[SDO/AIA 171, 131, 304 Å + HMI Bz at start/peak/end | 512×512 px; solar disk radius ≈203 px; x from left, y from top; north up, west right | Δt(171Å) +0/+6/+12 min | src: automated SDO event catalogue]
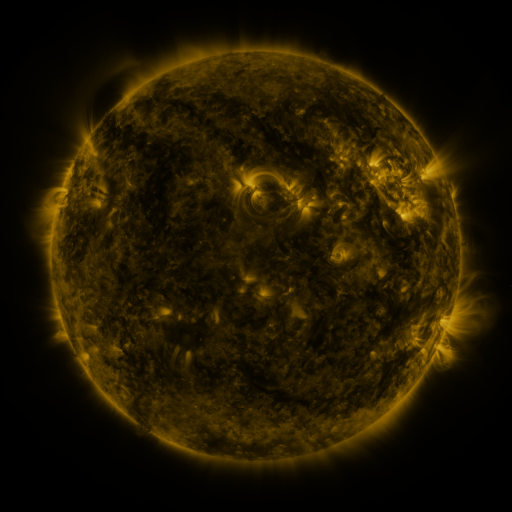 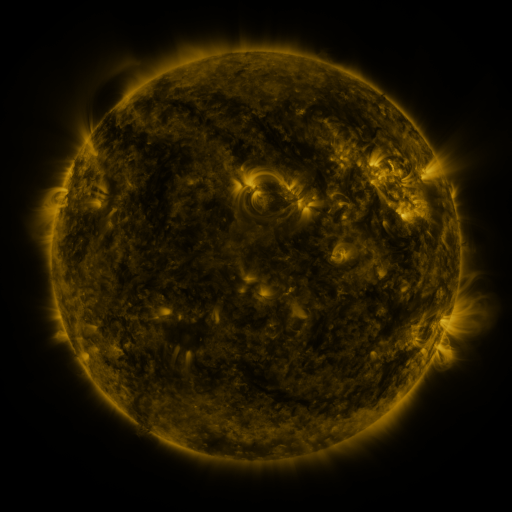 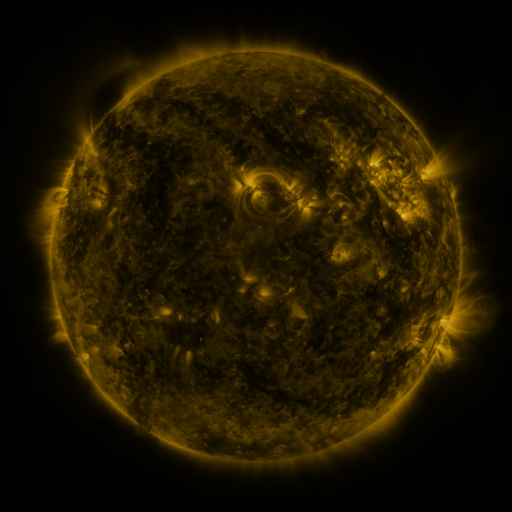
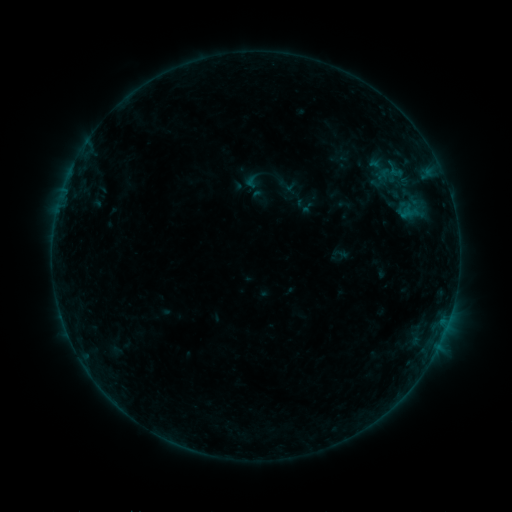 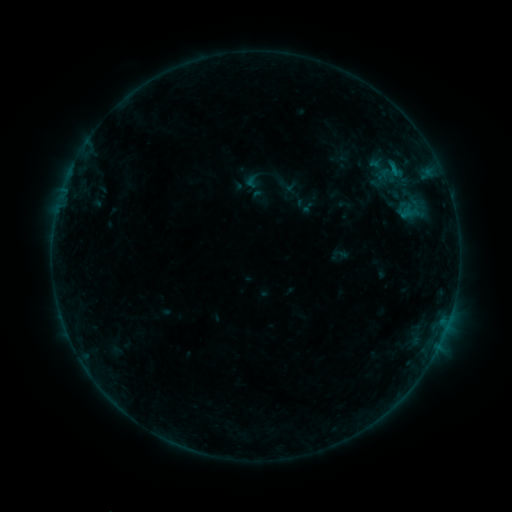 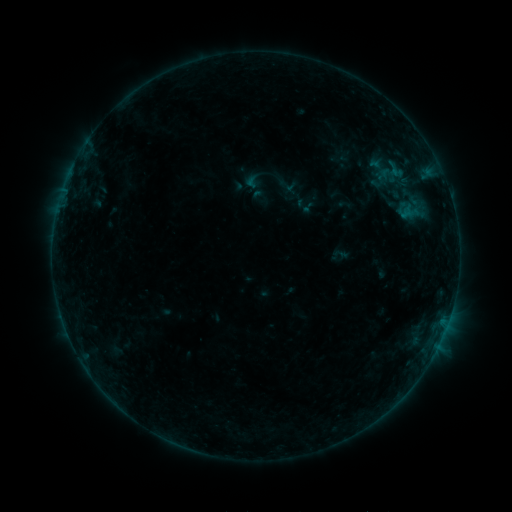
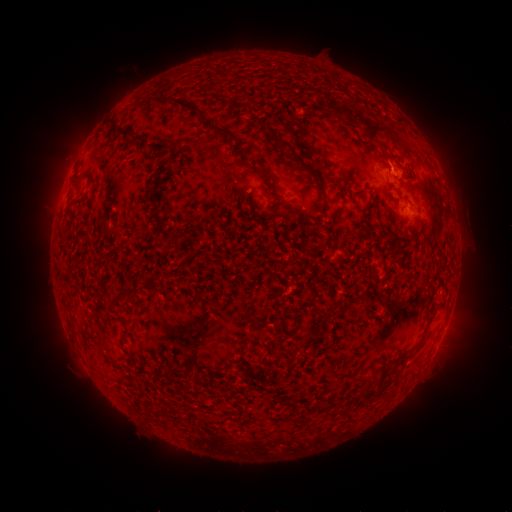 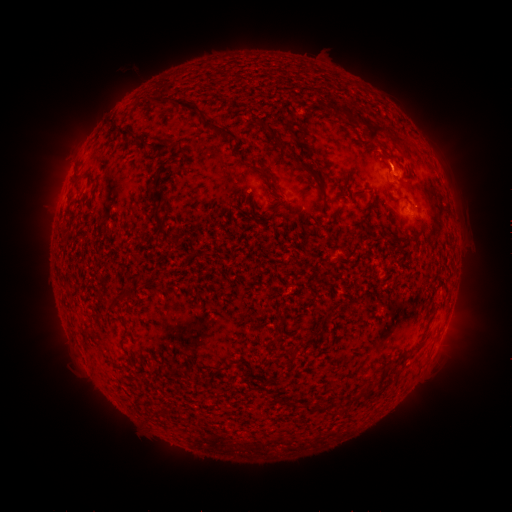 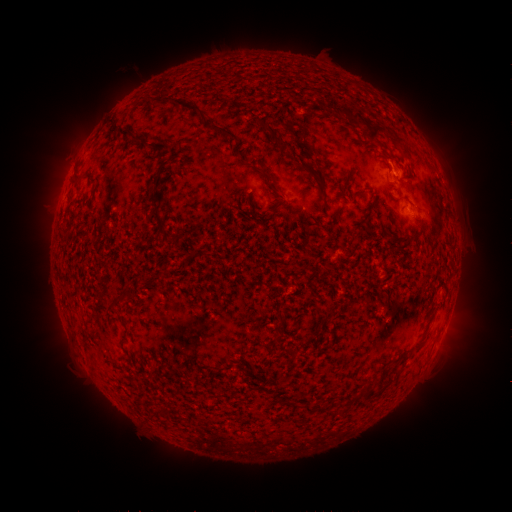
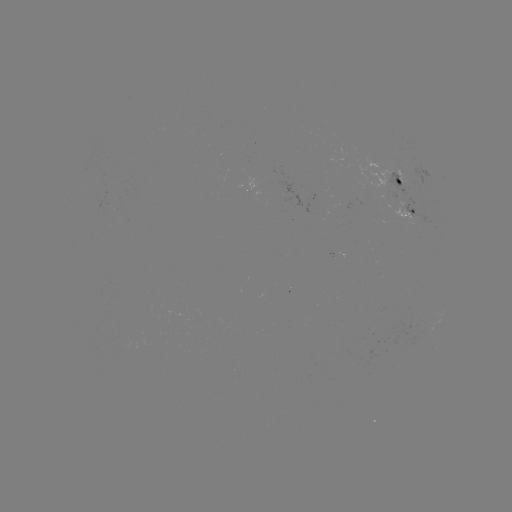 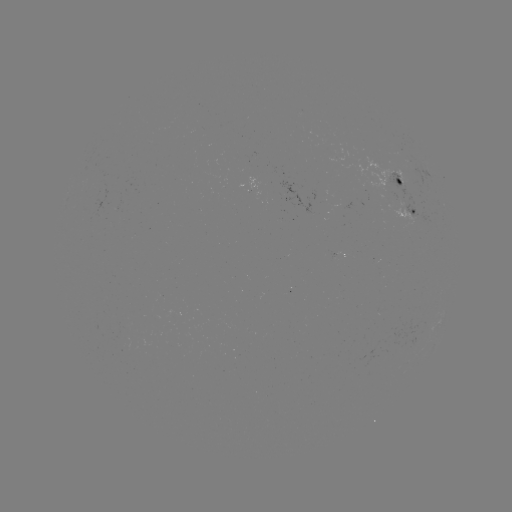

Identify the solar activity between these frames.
B3.1 flare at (392, 168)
